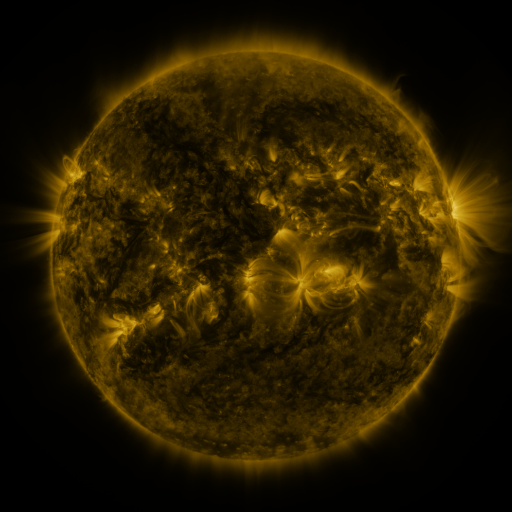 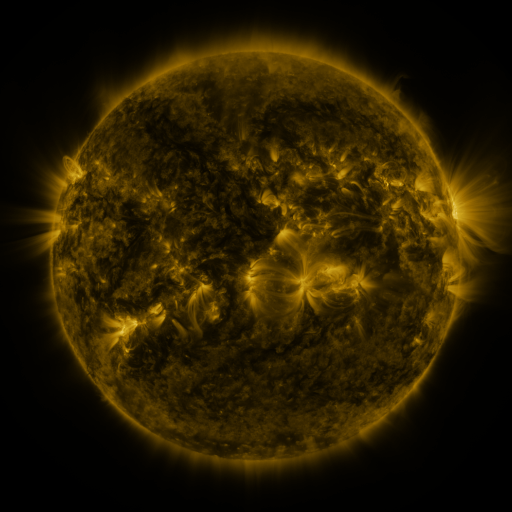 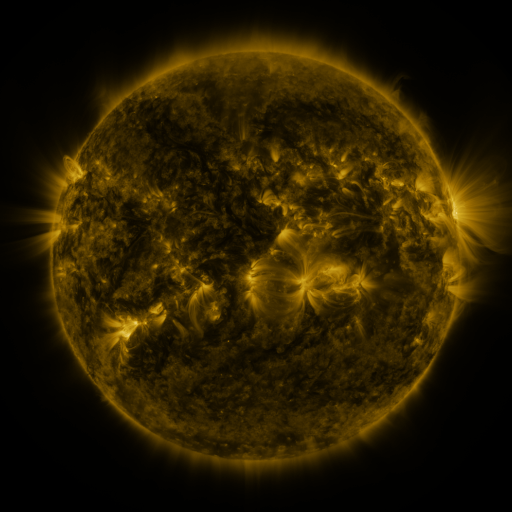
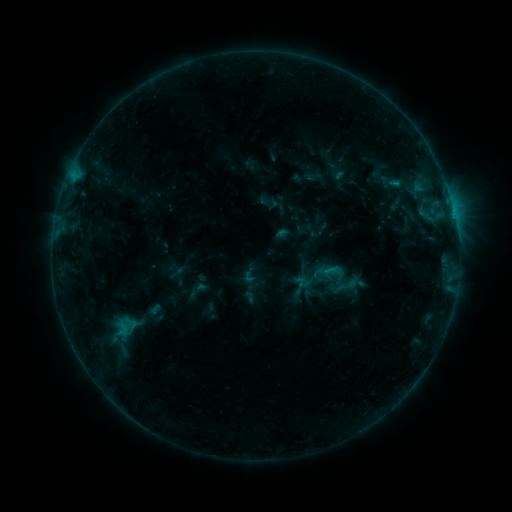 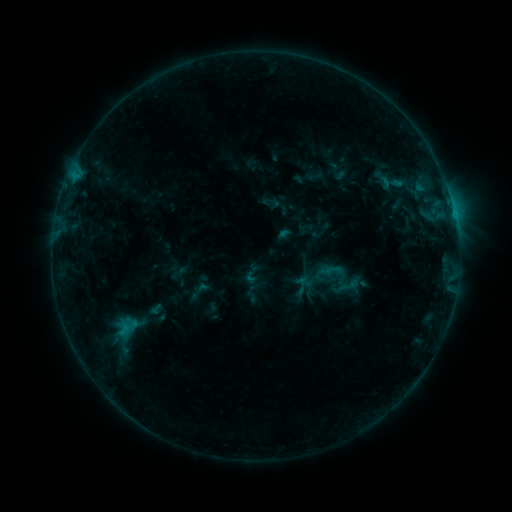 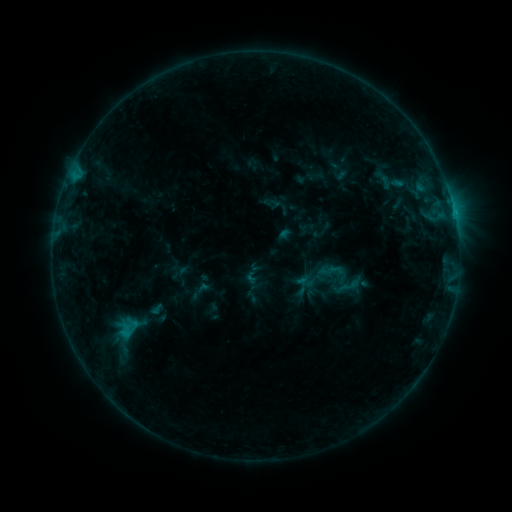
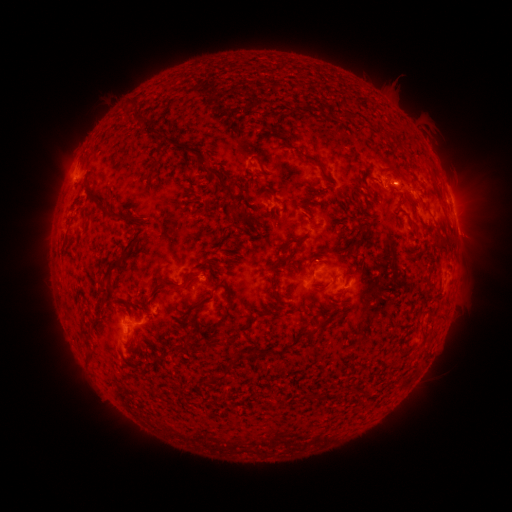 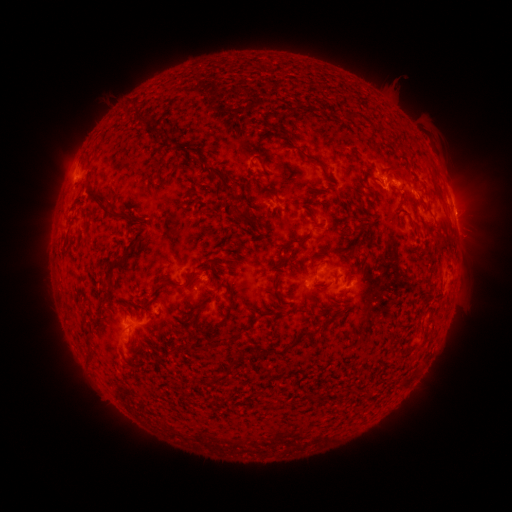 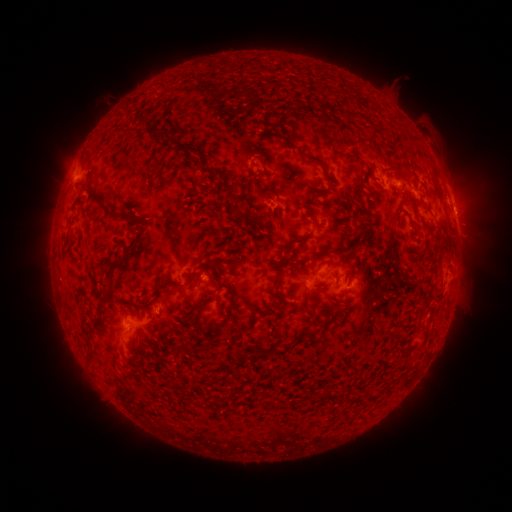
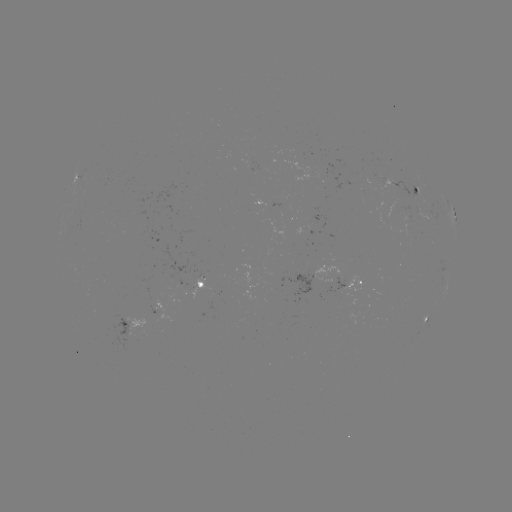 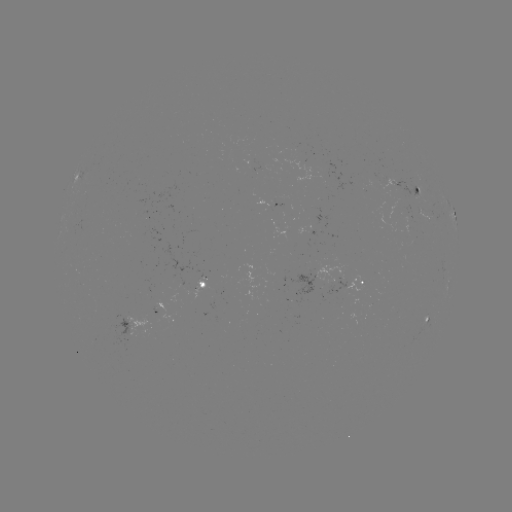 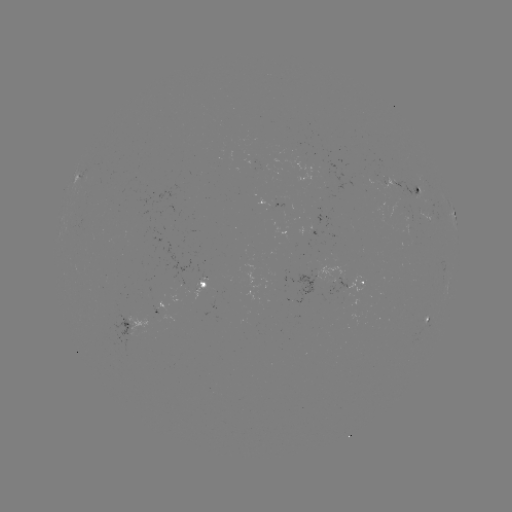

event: emerging-flux region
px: (408, 223)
